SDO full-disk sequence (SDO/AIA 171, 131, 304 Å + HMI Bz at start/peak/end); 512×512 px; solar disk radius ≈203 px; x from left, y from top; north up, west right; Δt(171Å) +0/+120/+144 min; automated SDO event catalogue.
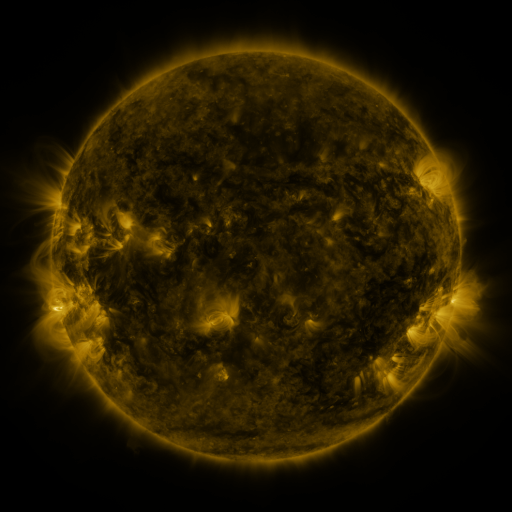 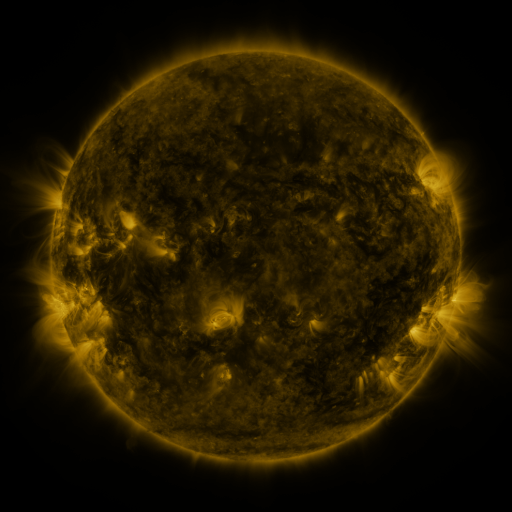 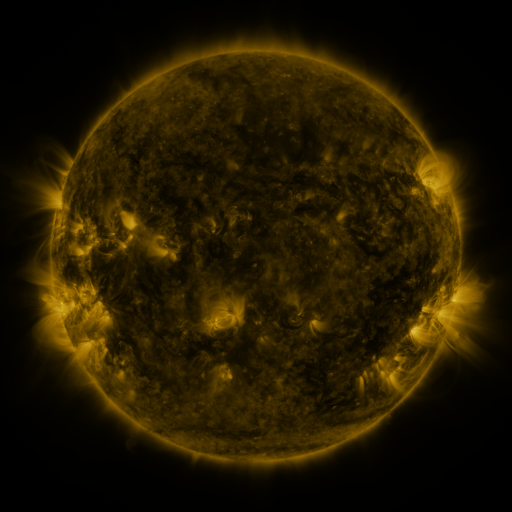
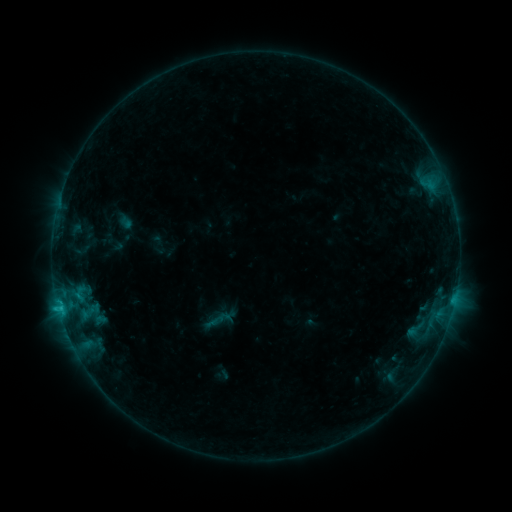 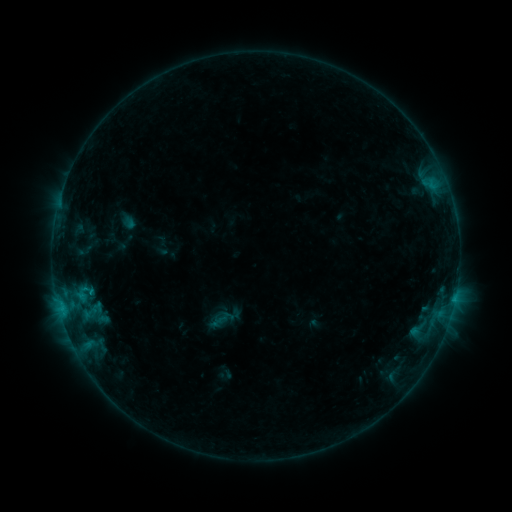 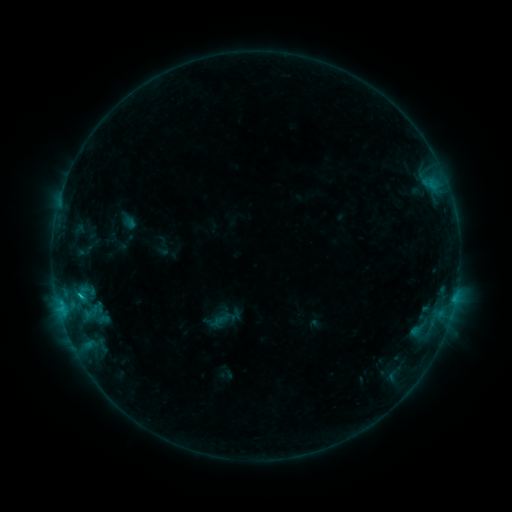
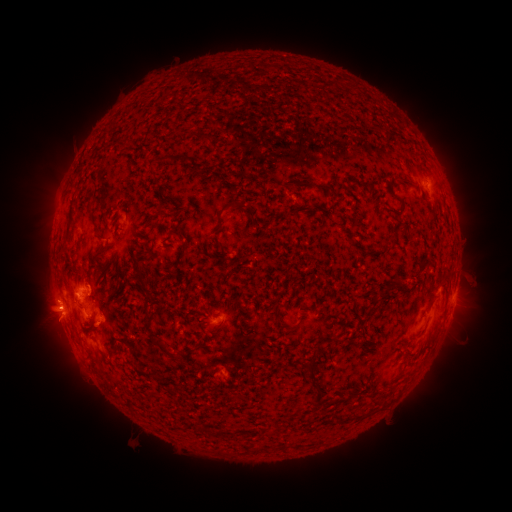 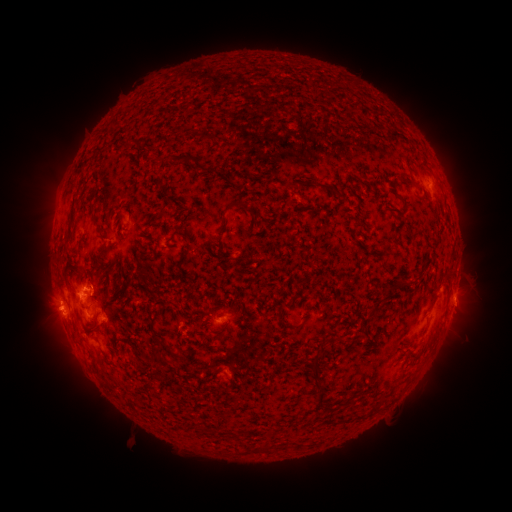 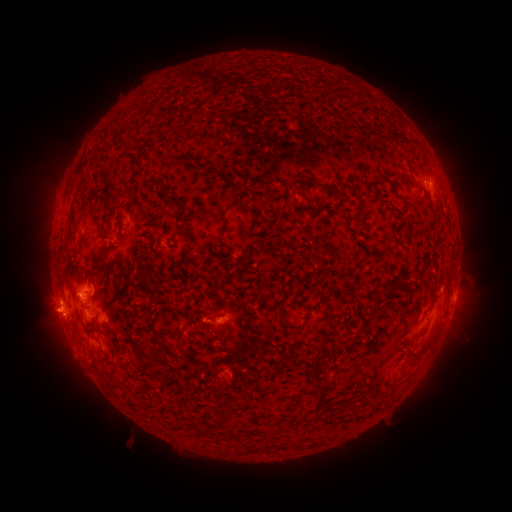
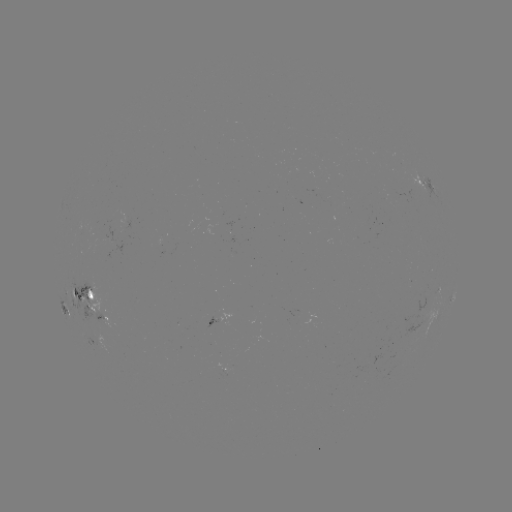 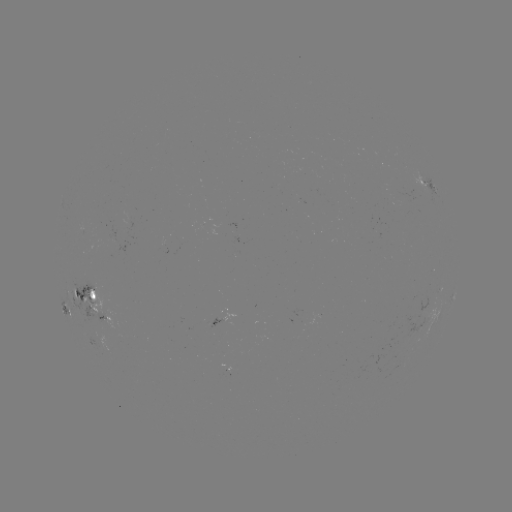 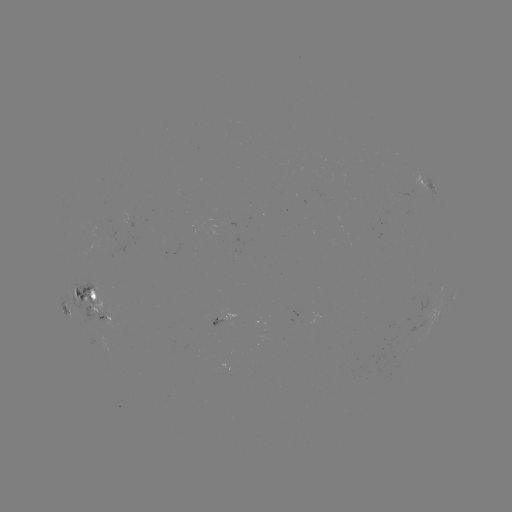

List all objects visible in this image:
emerging-flux region: (103, 315)
